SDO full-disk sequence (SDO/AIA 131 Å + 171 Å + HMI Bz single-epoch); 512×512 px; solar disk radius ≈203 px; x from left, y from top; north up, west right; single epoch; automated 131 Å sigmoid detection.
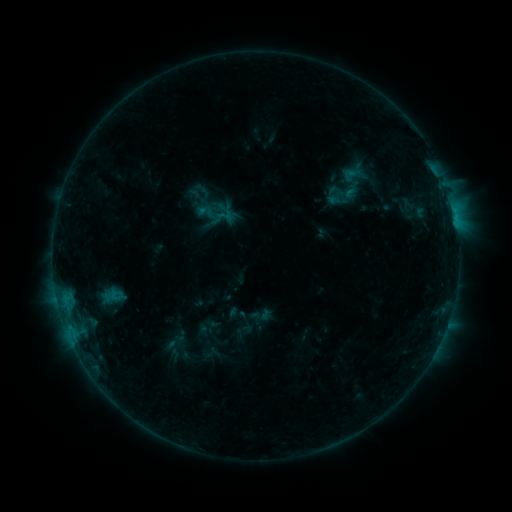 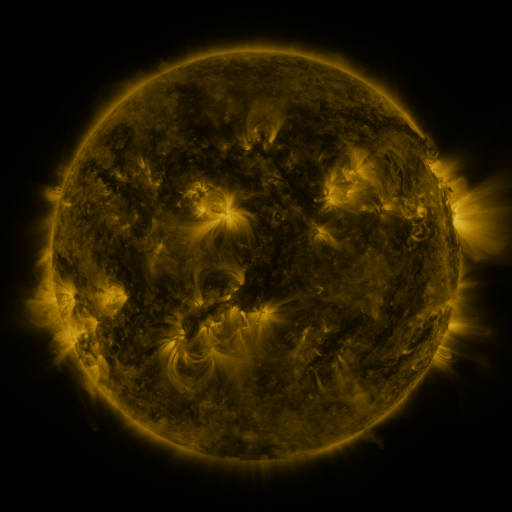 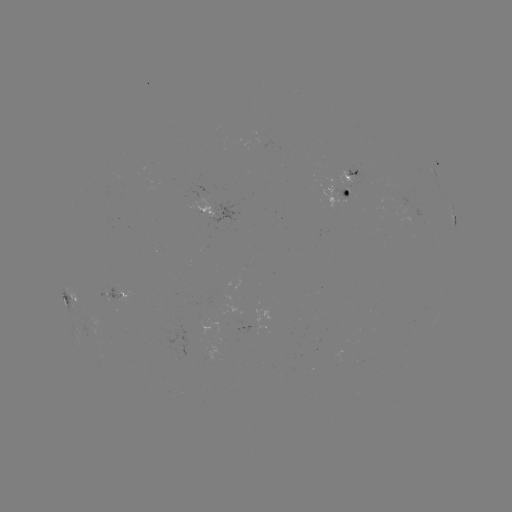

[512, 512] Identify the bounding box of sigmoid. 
[197, 202, 216, 222].